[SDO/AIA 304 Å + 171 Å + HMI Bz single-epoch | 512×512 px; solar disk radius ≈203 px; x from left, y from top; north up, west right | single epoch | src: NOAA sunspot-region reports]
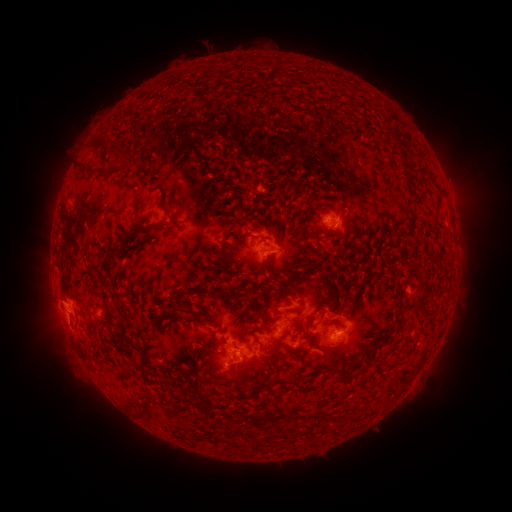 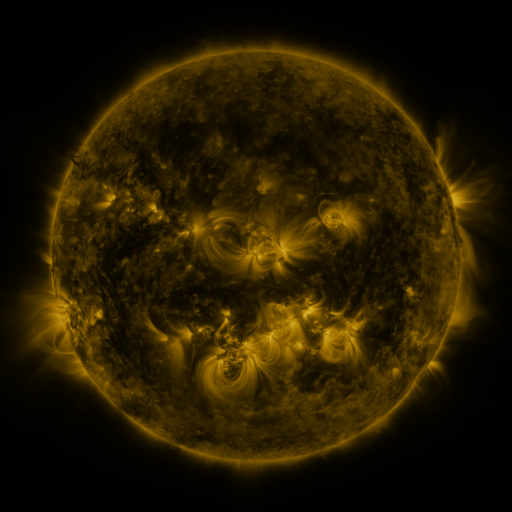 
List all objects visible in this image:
spotted active region: (337, 226)
spotted active region: (270, 251)
spotted active region: (333, 310)
spotted active region: (77, 314)
spotted active region: (290, 318)
spotted active region: (337, 330)
spotted active region: (236, 350)
